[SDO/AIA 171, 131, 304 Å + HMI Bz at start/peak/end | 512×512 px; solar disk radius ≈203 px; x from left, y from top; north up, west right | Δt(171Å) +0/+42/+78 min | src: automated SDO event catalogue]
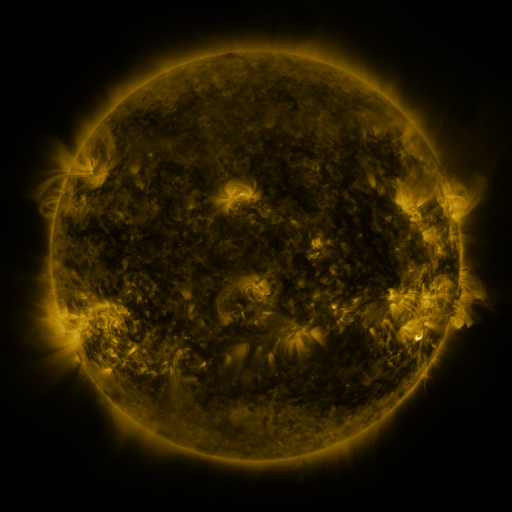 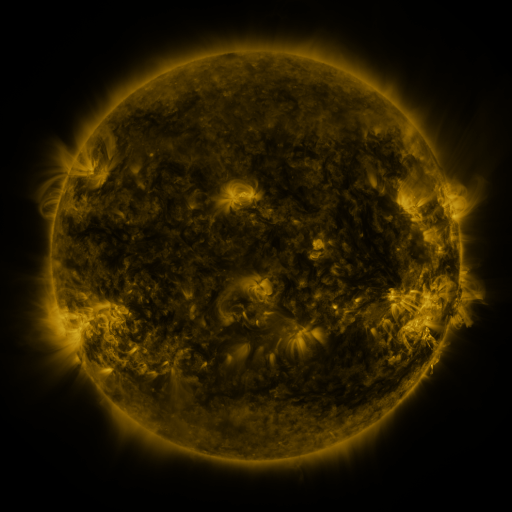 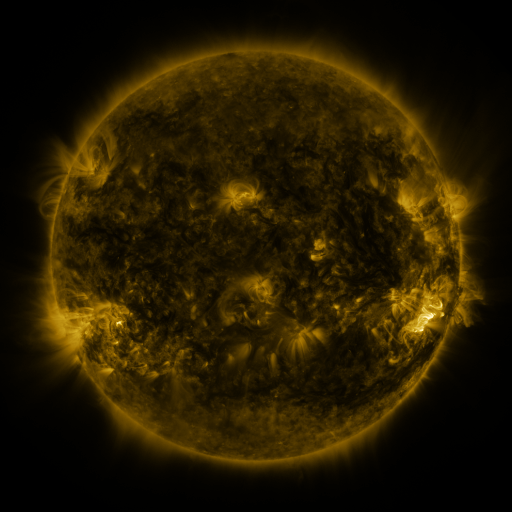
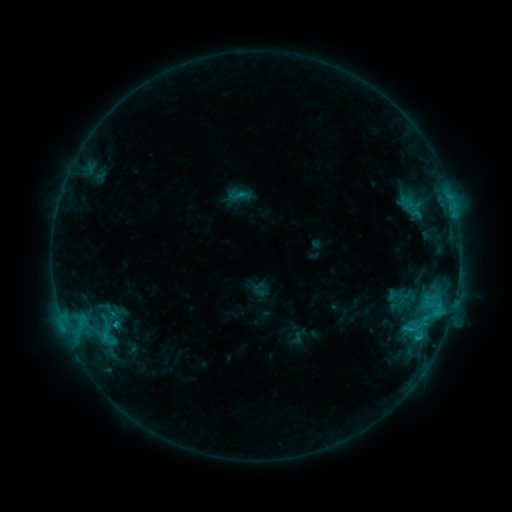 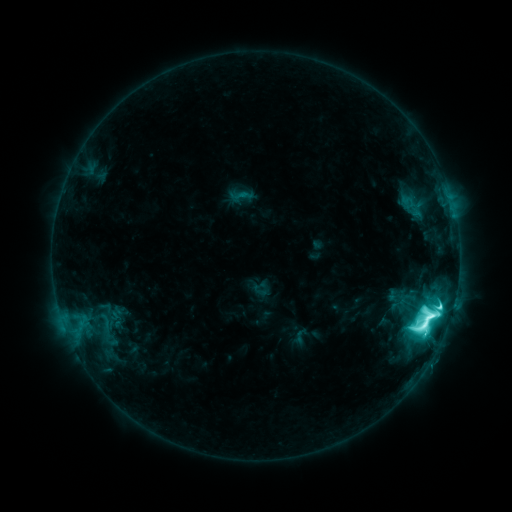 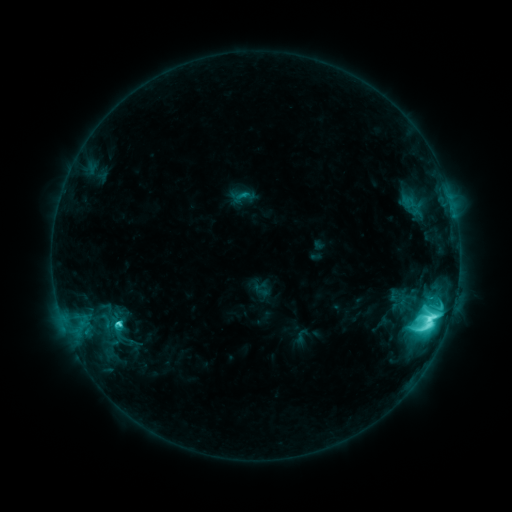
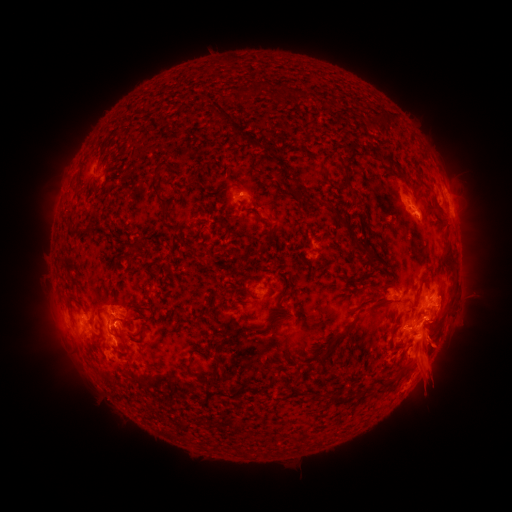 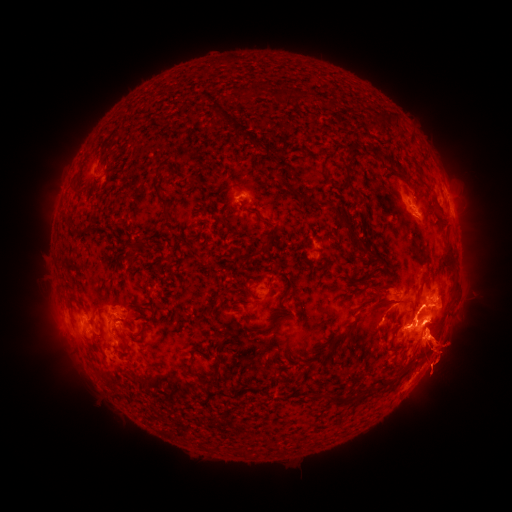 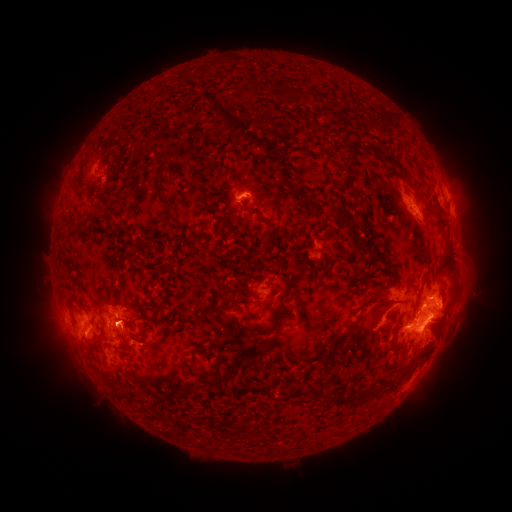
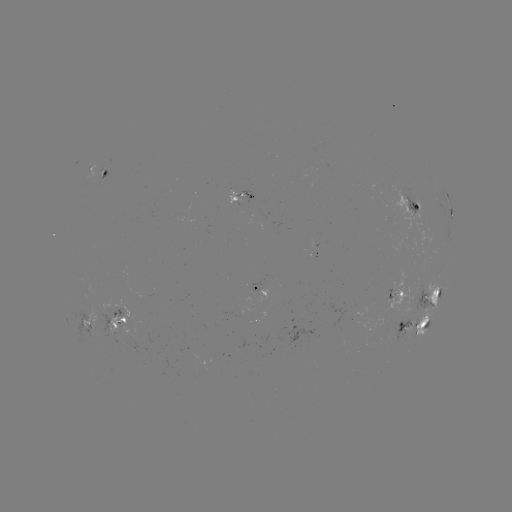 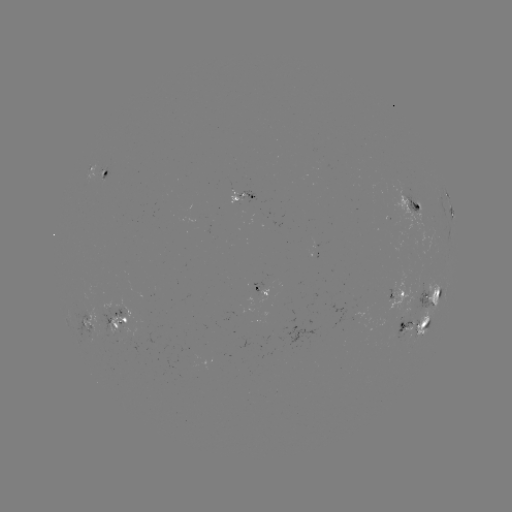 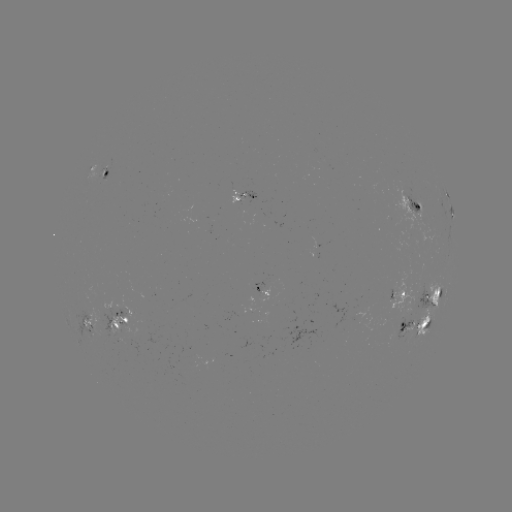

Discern M3.1 flare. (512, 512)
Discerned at (427, 316).